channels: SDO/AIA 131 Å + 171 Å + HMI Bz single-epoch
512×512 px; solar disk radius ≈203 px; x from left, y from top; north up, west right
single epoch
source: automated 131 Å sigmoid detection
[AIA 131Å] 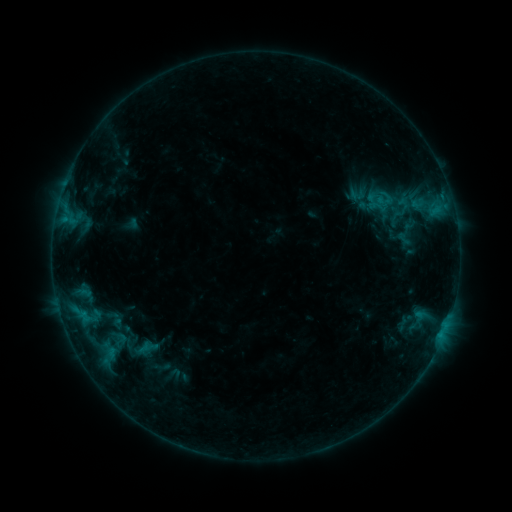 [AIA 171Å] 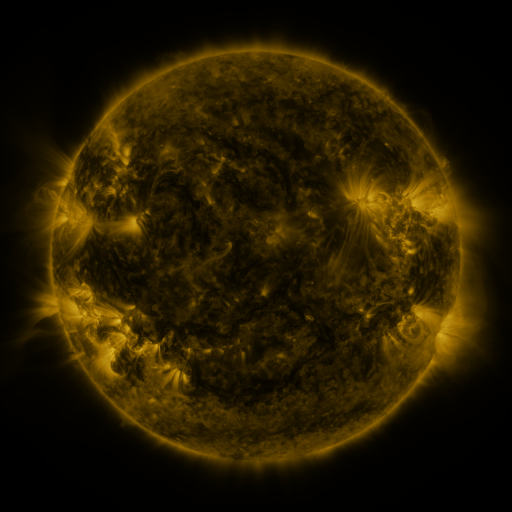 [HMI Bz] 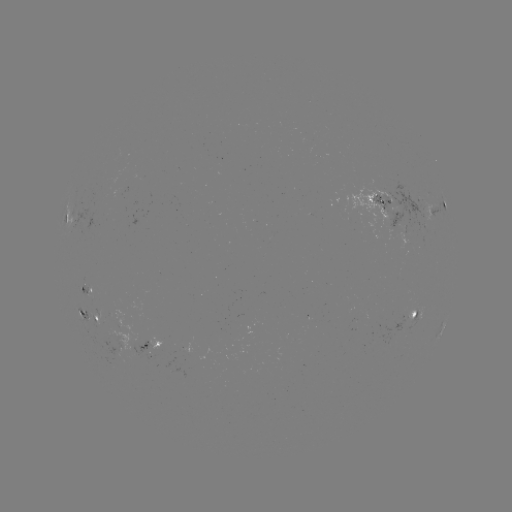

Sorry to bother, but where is sigmoid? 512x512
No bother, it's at (119, 340).